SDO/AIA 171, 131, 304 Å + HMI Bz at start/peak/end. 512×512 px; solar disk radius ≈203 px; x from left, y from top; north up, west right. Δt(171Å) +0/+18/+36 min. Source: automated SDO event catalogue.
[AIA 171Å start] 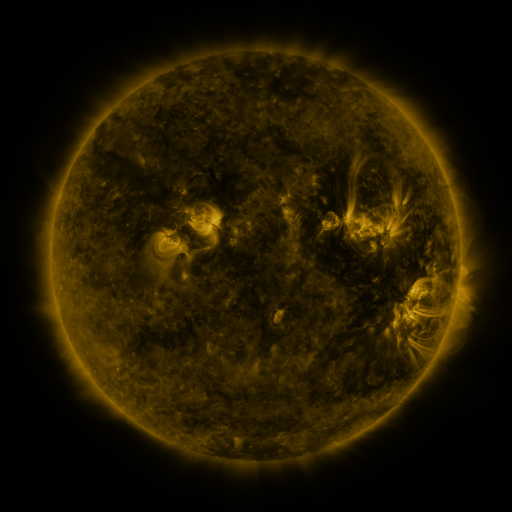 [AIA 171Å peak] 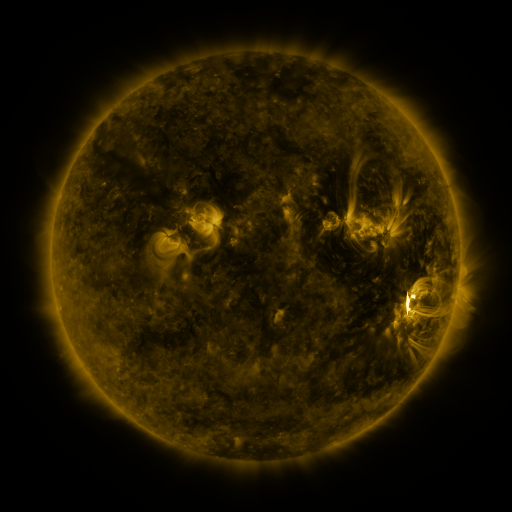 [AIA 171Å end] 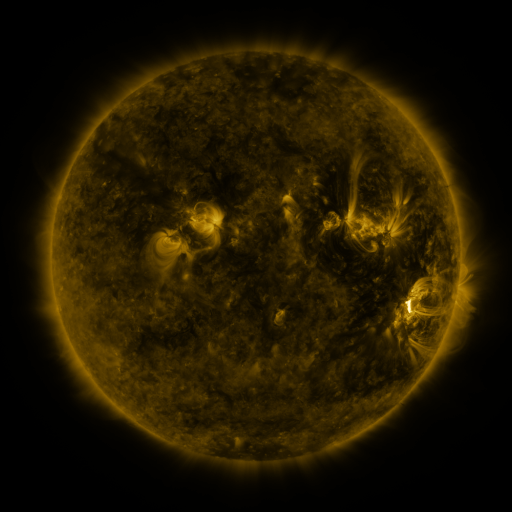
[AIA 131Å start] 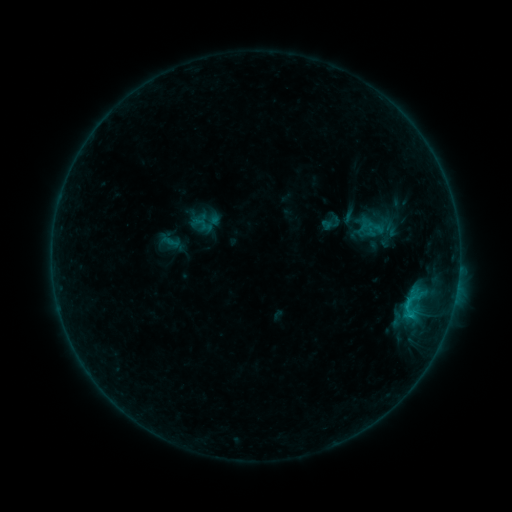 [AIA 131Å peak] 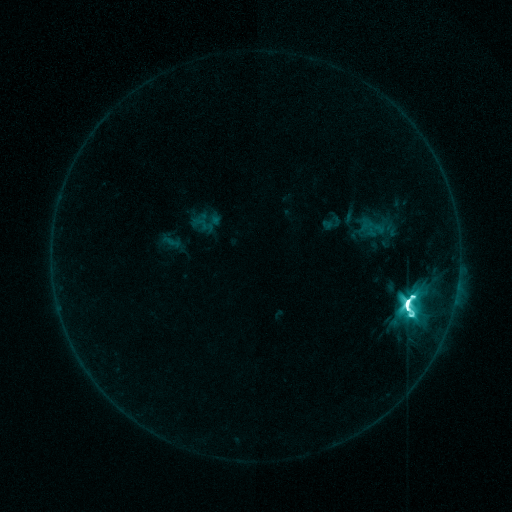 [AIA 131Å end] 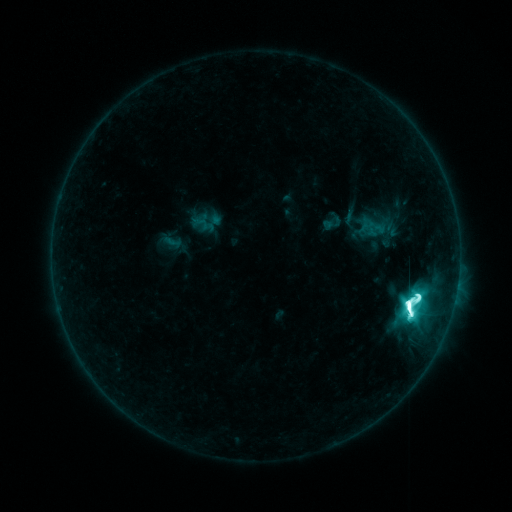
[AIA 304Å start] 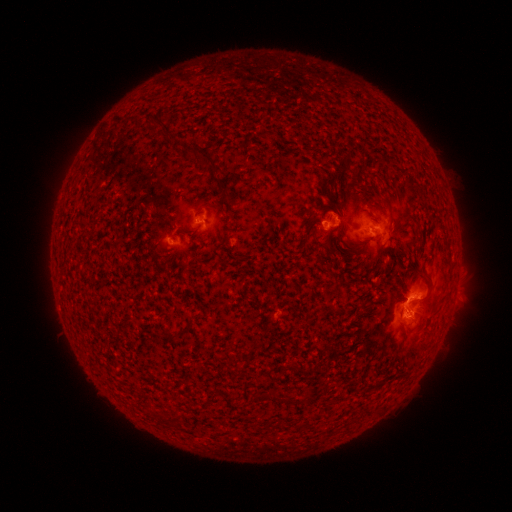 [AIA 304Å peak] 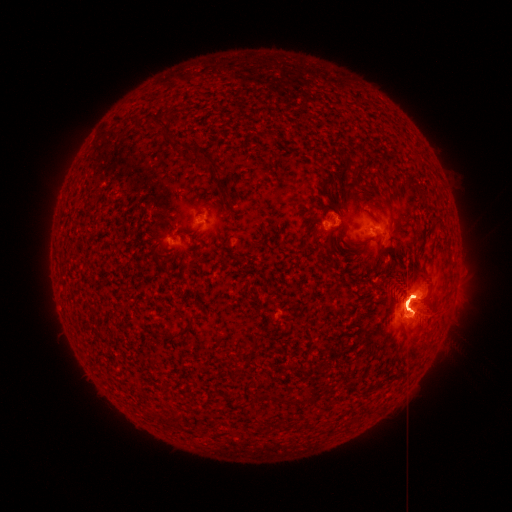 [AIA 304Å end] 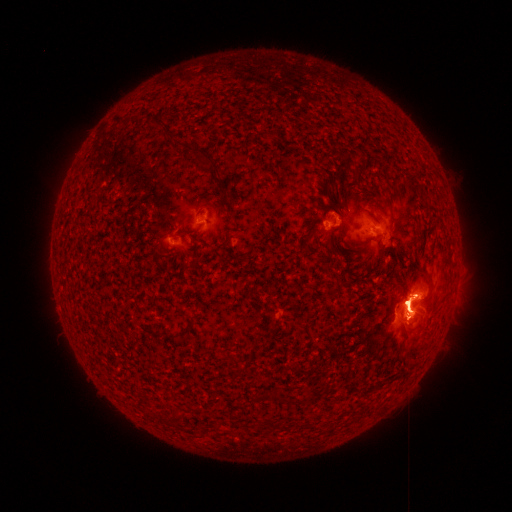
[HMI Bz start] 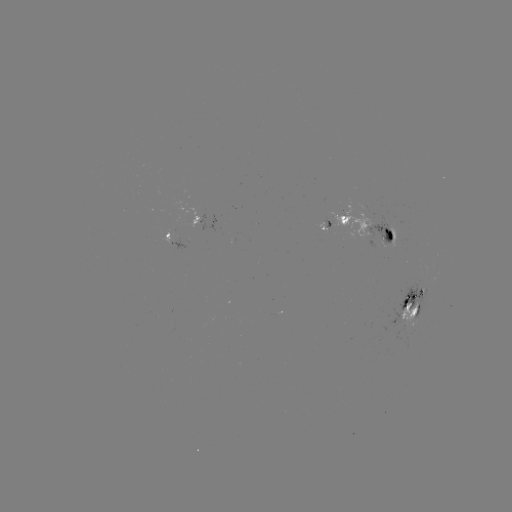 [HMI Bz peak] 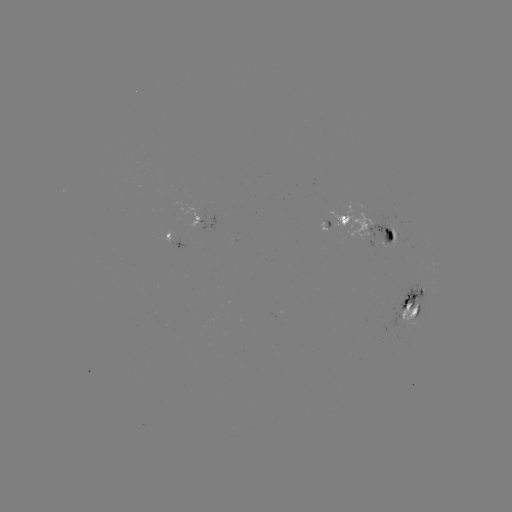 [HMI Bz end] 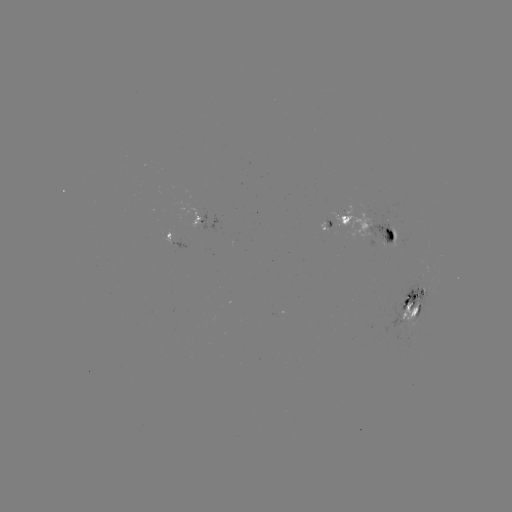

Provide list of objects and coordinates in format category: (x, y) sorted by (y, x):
X1.3 flare: (405, 301)
